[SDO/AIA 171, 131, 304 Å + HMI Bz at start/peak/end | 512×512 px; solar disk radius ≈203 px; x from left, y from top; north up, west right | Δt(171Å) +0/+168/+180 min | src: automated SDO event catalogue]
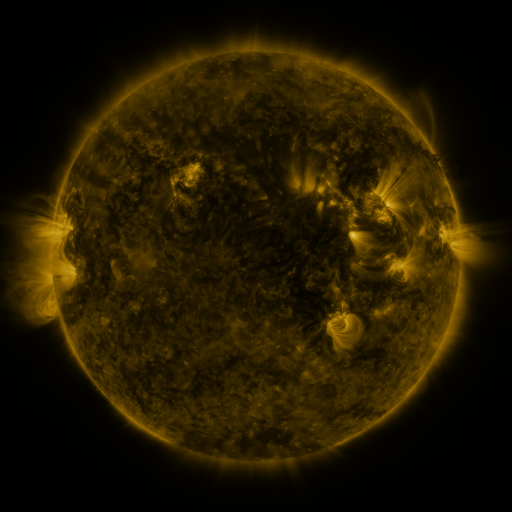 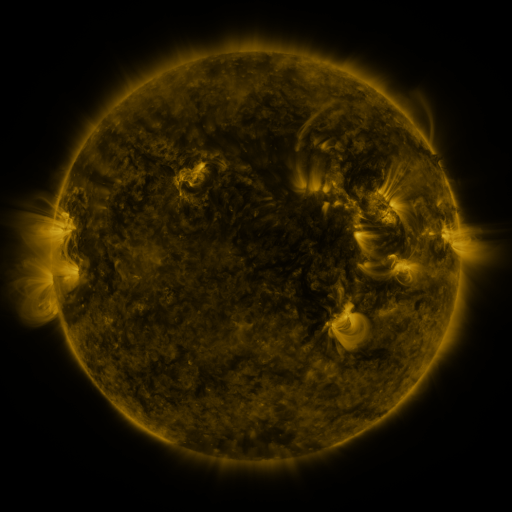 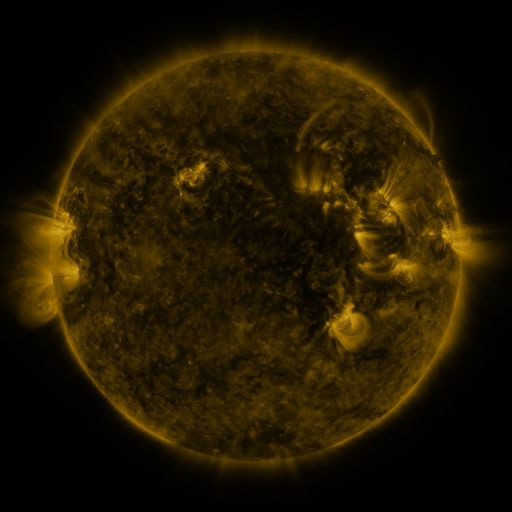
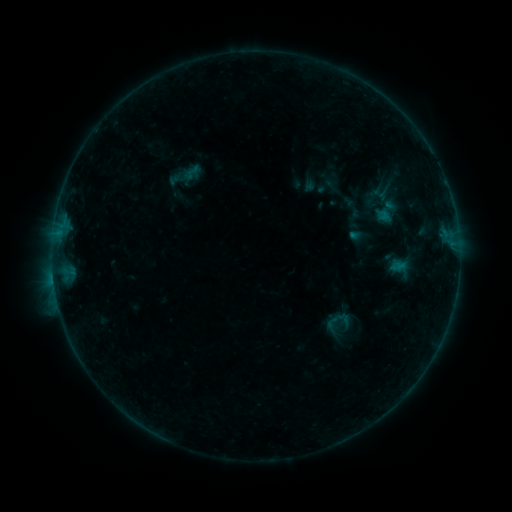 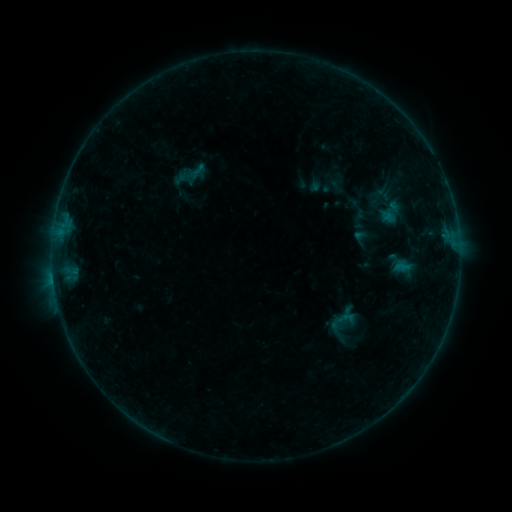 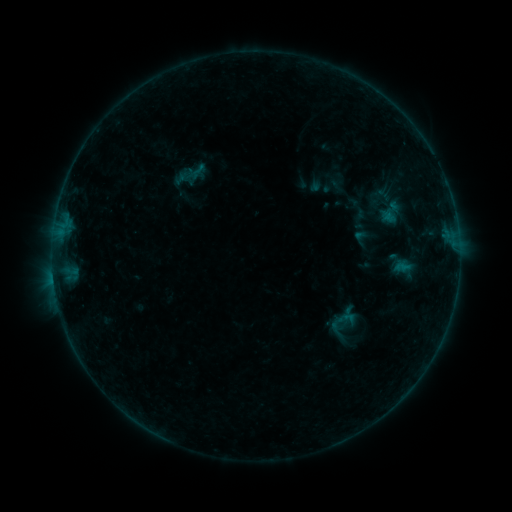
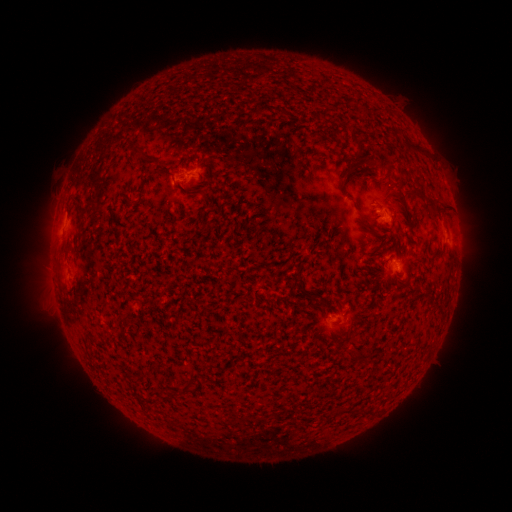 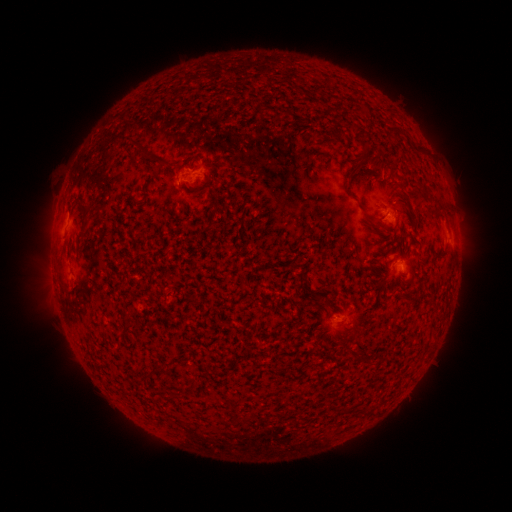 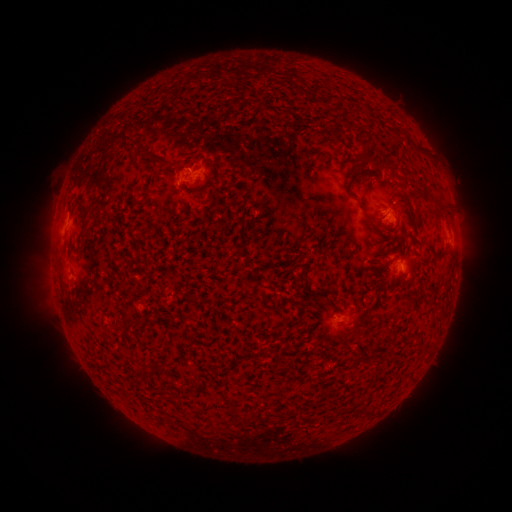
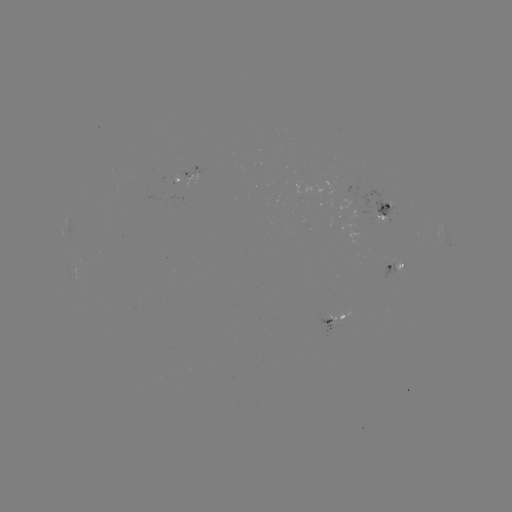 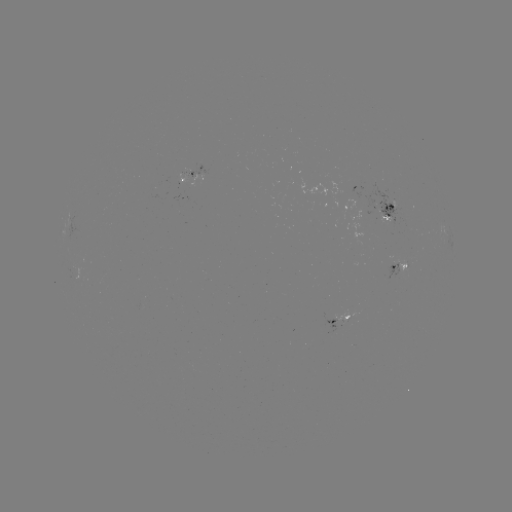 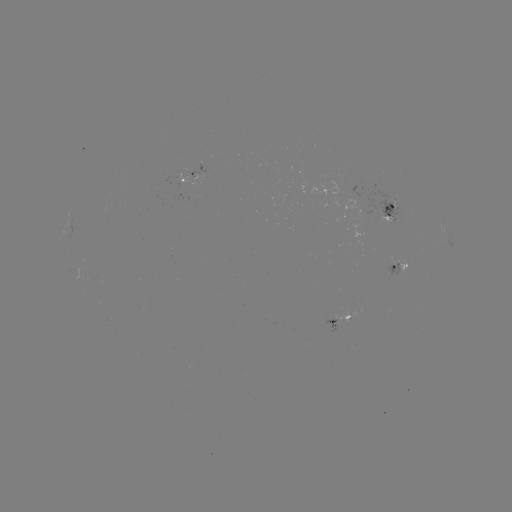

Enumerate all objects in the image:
emerging-flux region: (184, 176)
